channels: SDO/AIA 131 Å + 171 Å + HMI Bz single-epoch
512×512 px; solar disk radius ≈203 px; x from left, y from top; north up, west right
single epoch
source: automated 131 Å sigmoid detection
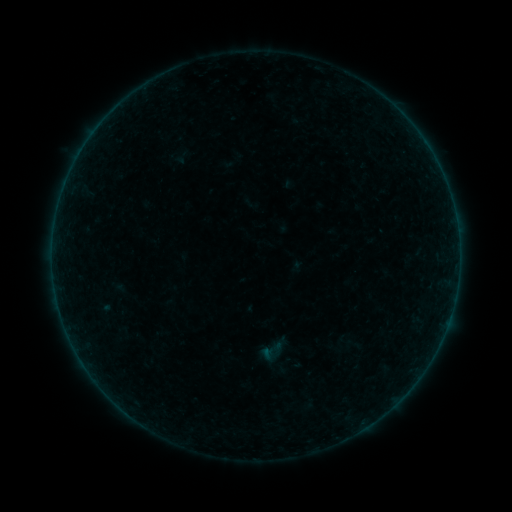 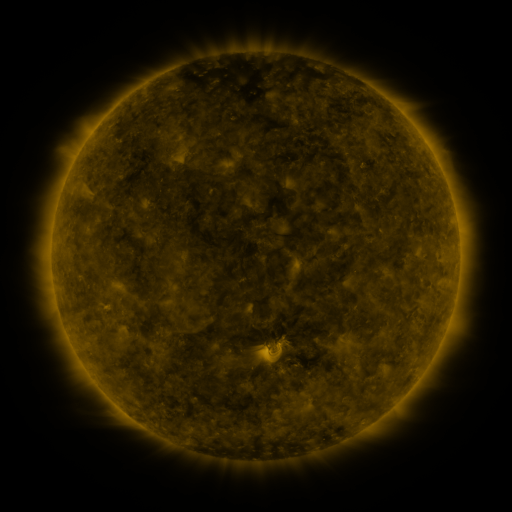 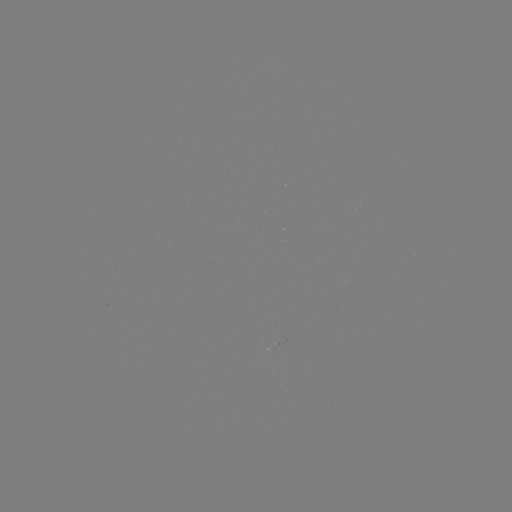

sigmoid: (257, 337, 285, 365)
